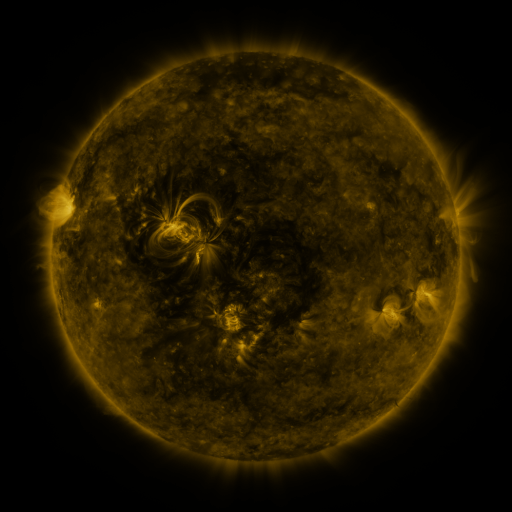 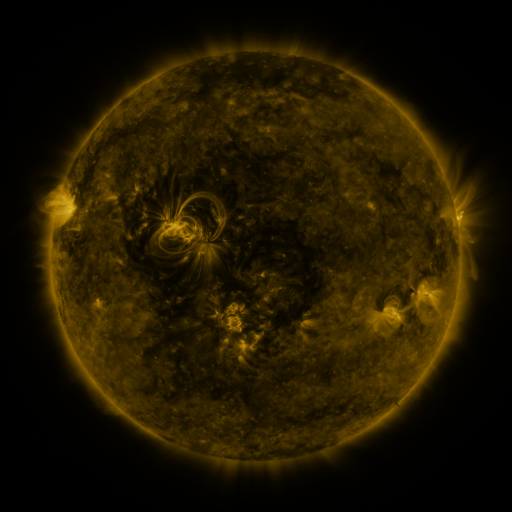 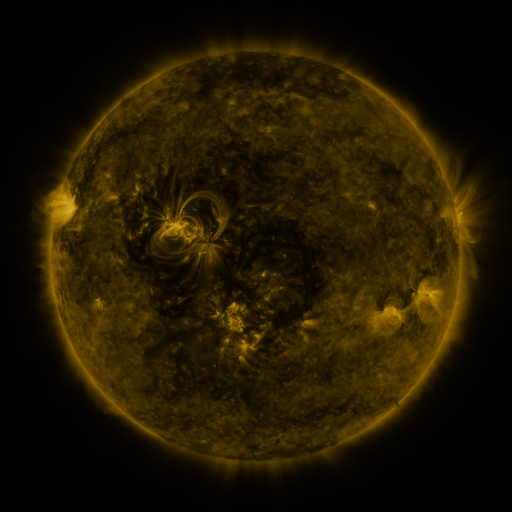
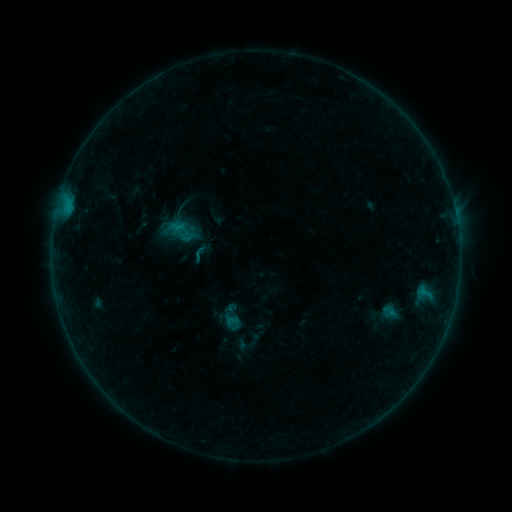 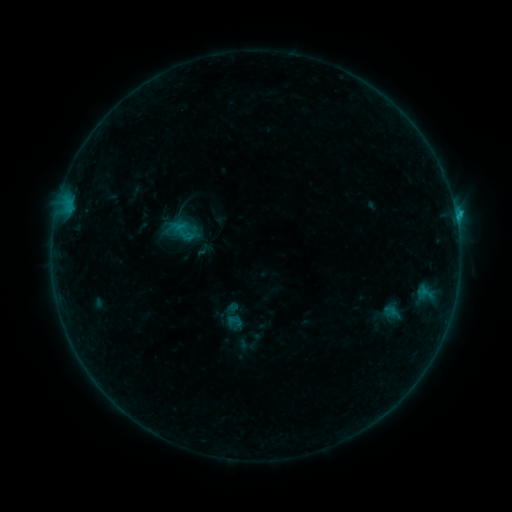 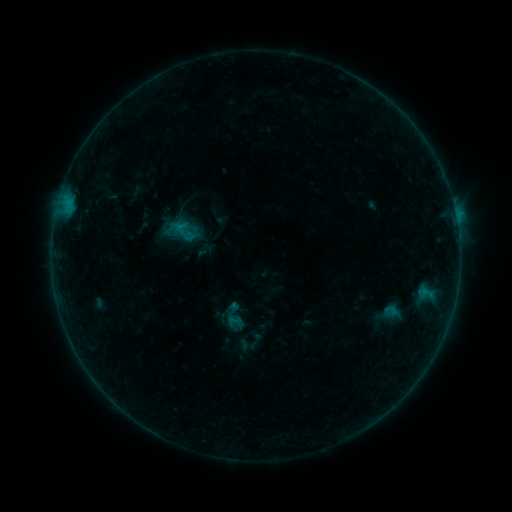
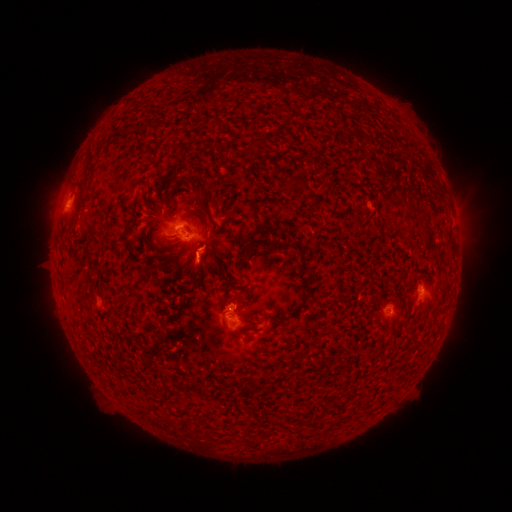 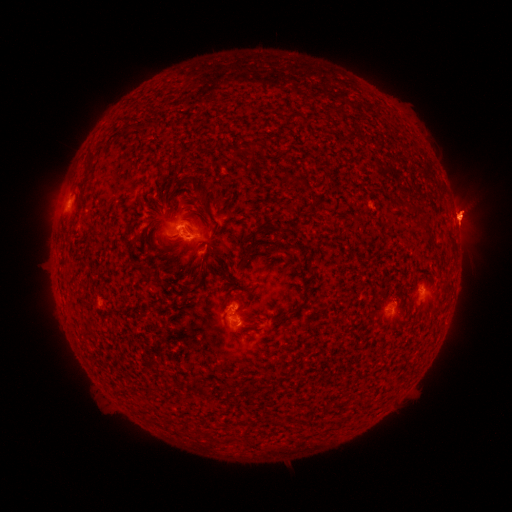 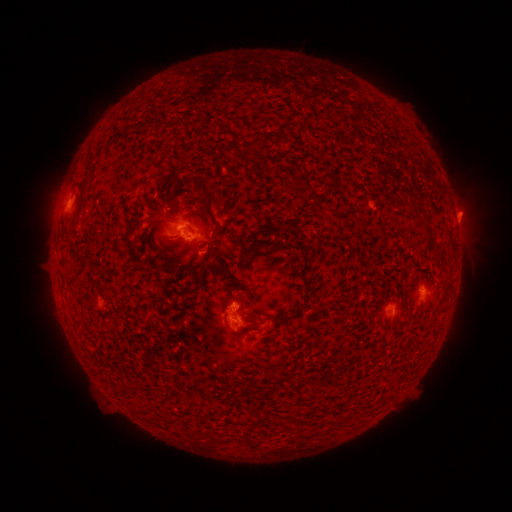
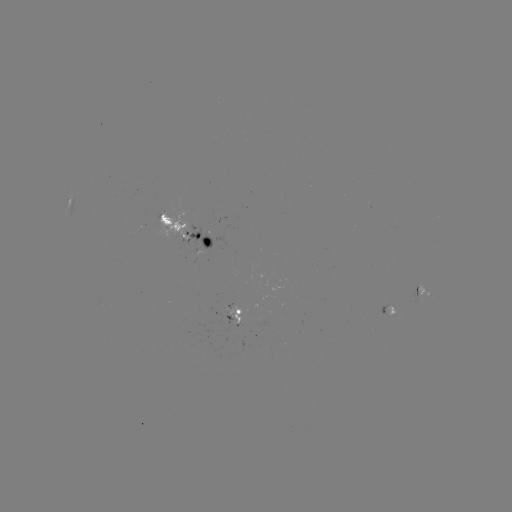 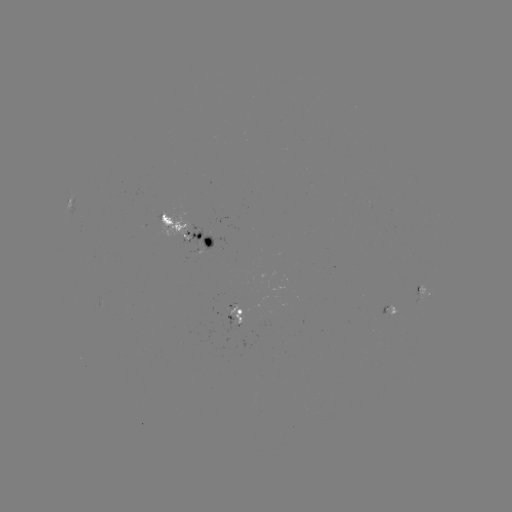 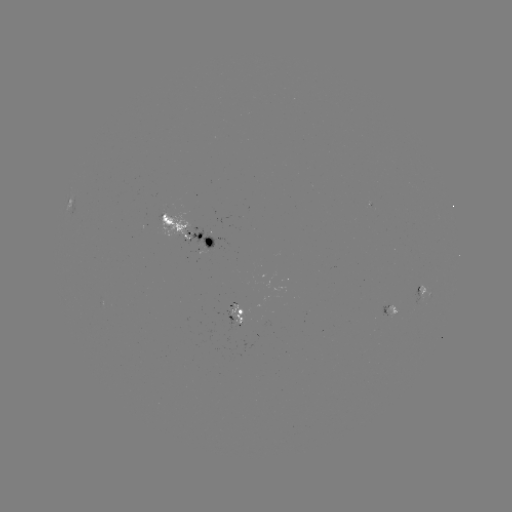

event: flare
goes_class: B7.5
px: (455, 218)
